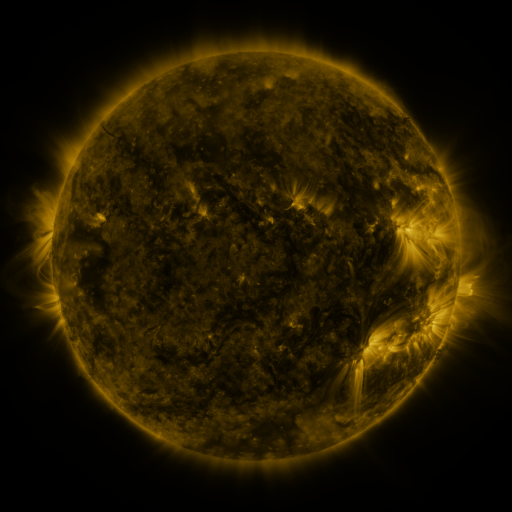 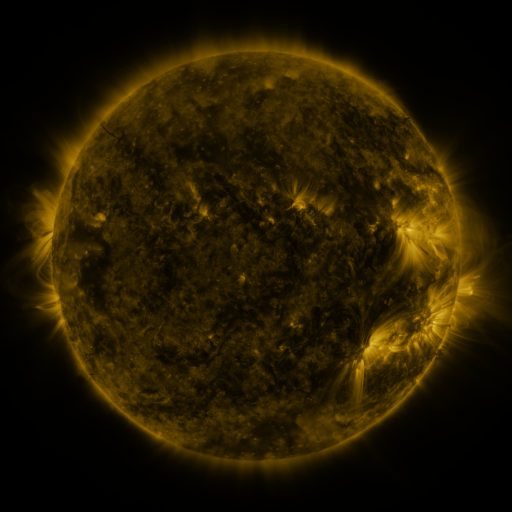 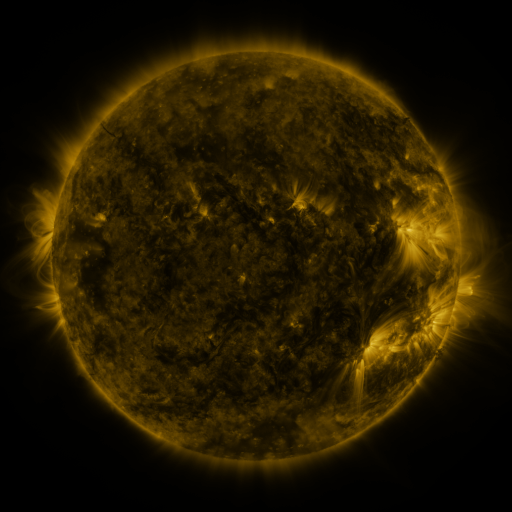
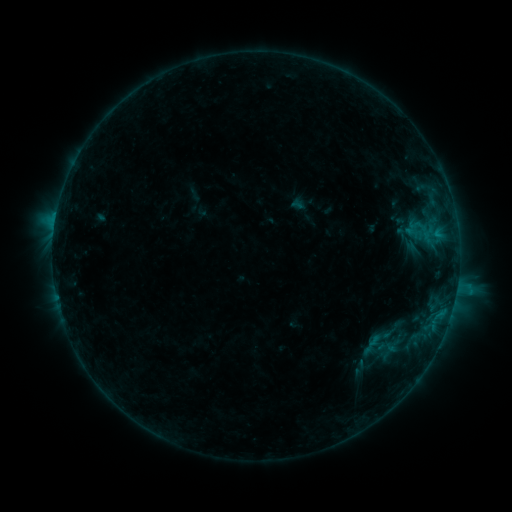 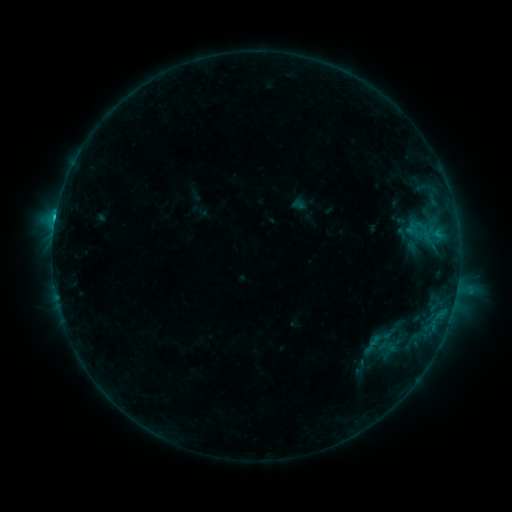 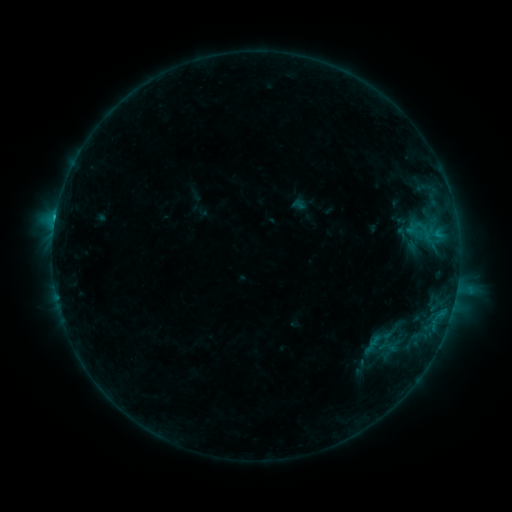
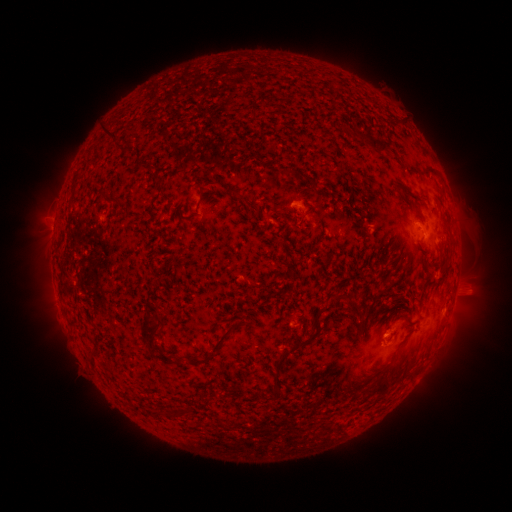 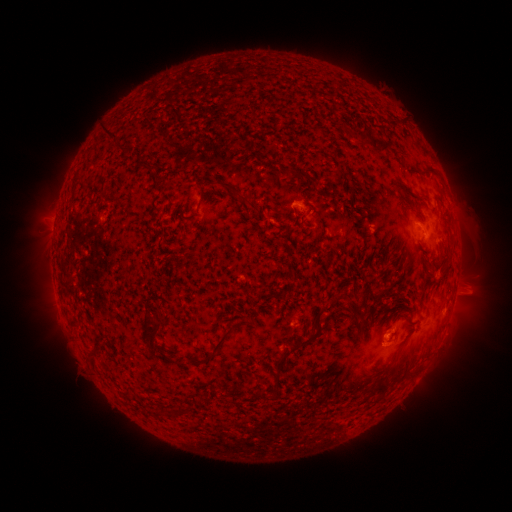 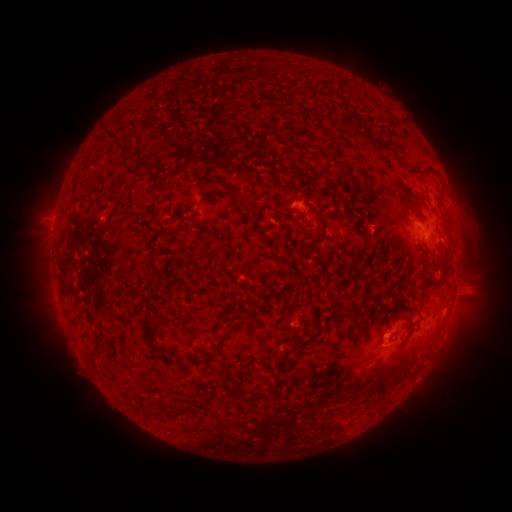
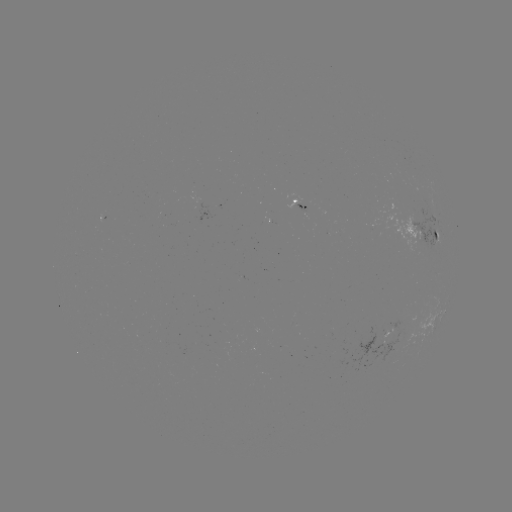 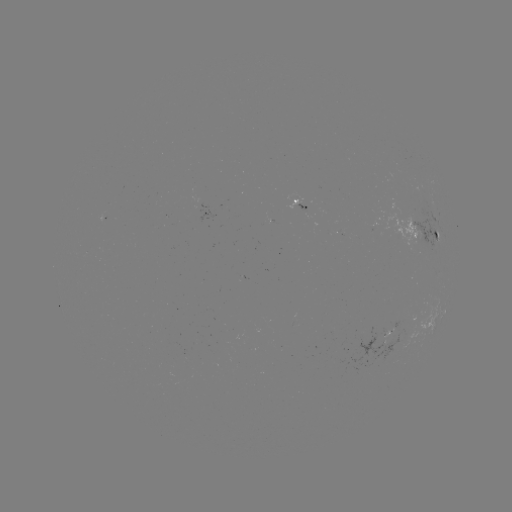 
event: flare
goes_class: C1.7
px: (384, 337)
